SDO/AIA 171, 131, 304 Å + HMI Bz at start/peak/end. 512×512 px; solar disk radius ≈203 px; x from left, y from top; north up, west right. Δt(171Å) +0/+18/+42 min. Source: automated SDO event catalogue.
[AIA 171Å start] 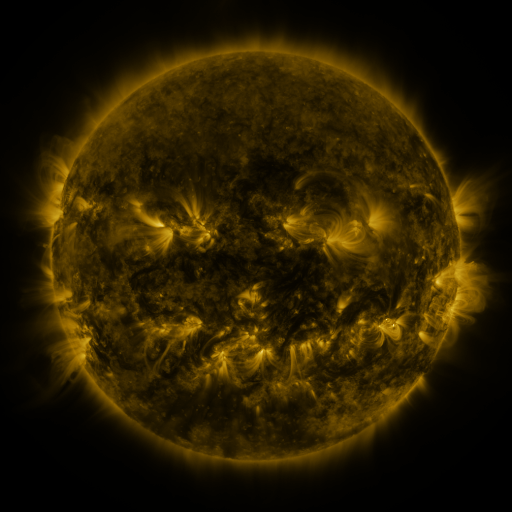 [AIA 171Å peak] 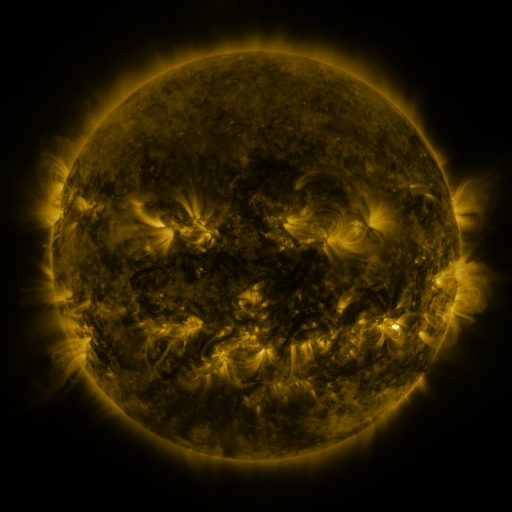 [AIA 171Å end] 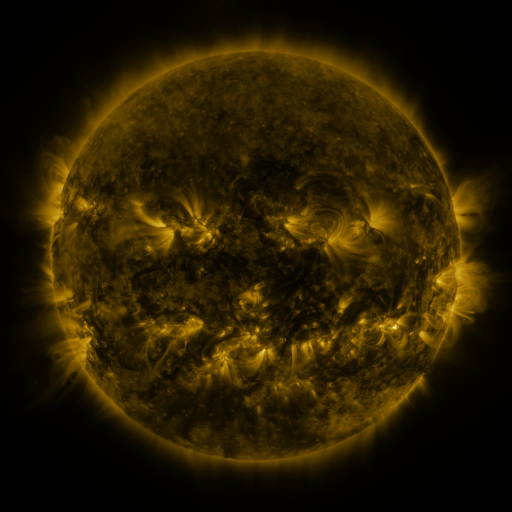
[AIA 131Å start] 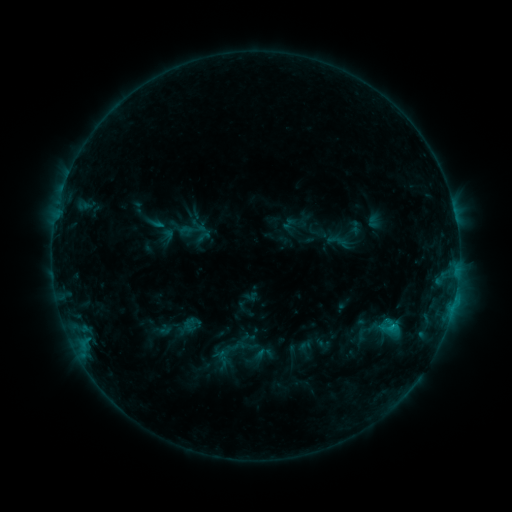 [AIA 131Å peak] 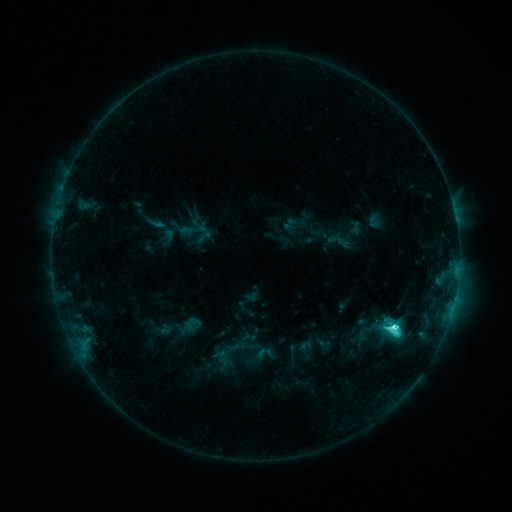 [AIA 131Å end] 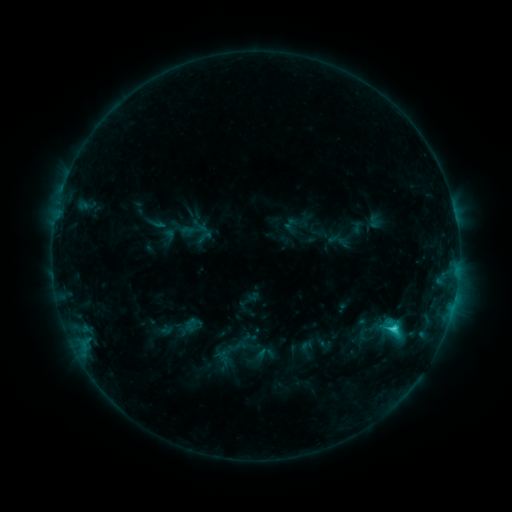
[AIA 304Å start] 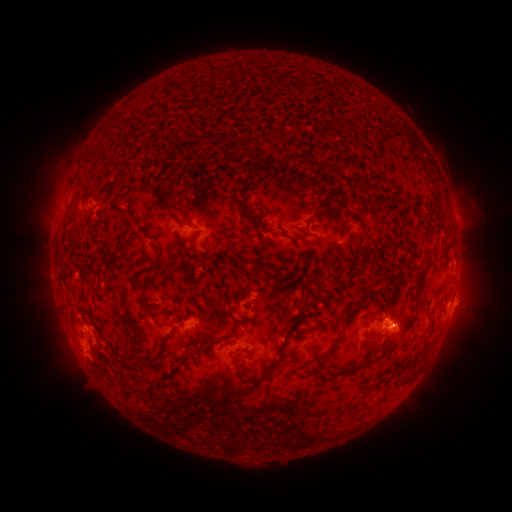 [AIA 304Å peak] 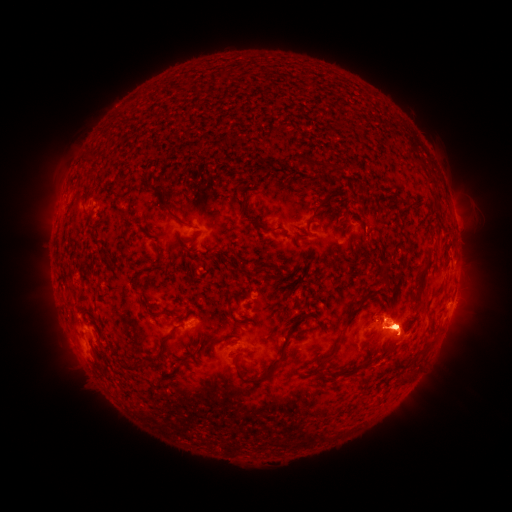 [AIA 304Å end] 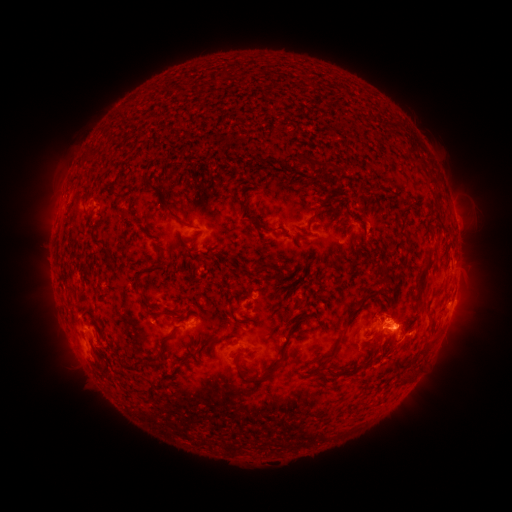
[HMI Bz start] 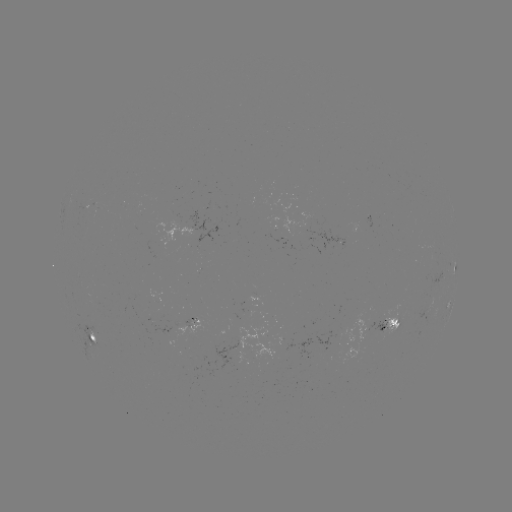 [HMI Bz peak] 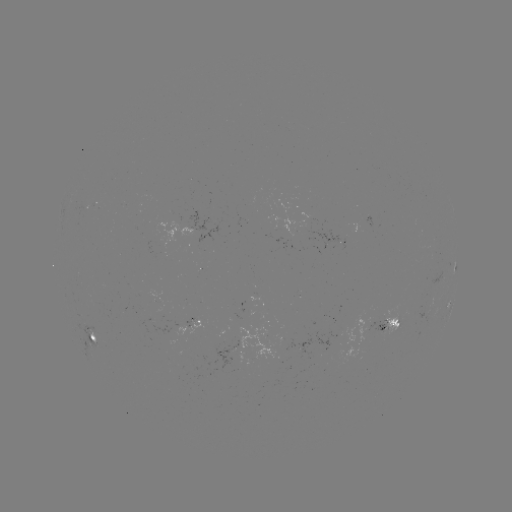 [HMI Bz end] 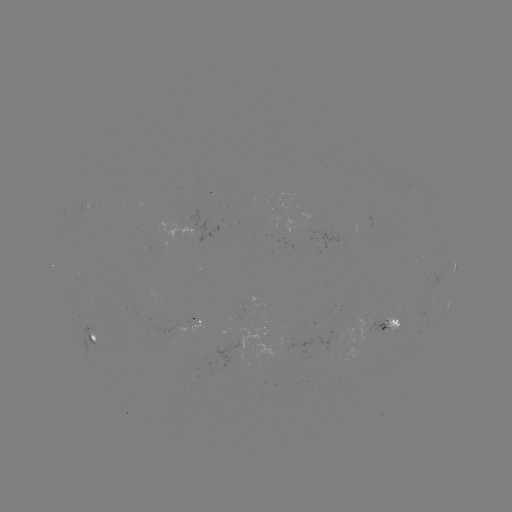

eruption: <bbox>359, 280, 487, 370</bbox>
